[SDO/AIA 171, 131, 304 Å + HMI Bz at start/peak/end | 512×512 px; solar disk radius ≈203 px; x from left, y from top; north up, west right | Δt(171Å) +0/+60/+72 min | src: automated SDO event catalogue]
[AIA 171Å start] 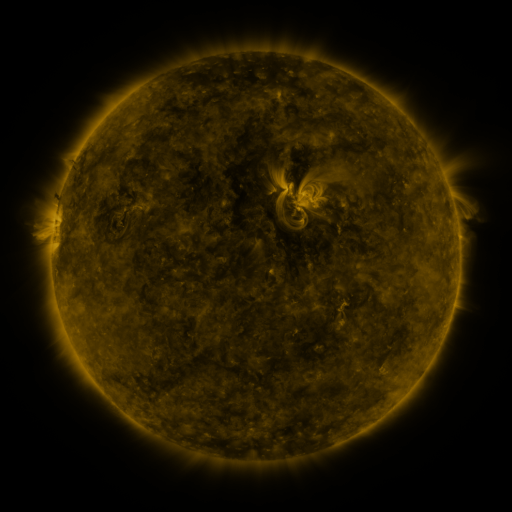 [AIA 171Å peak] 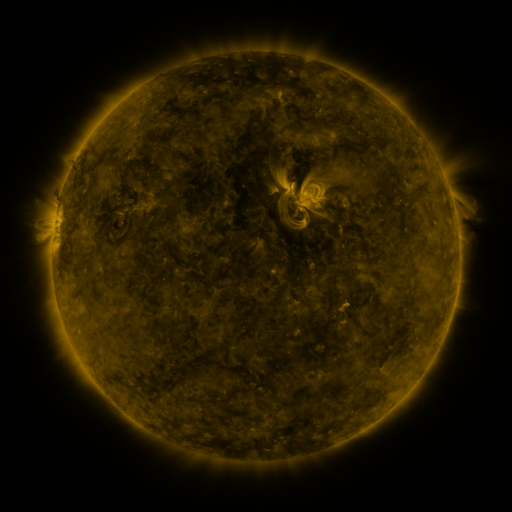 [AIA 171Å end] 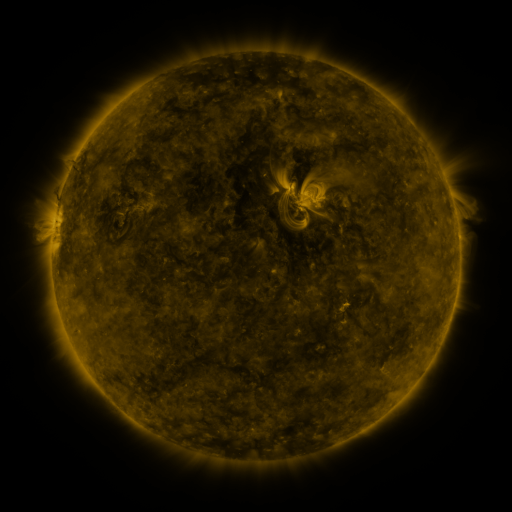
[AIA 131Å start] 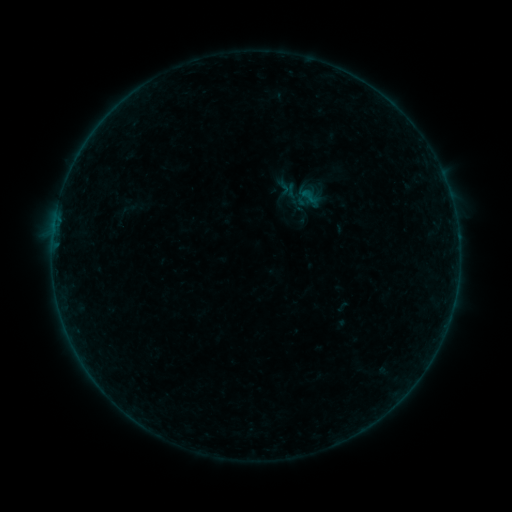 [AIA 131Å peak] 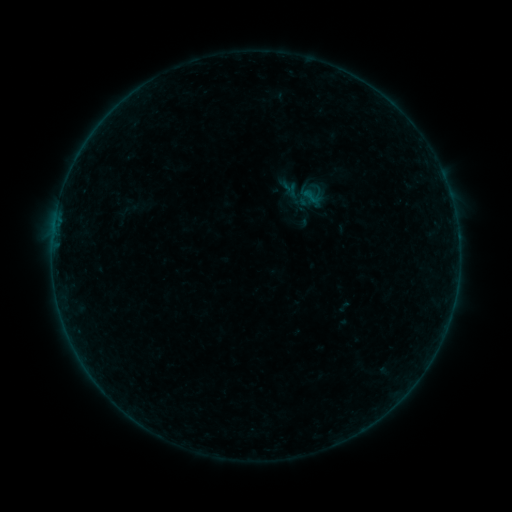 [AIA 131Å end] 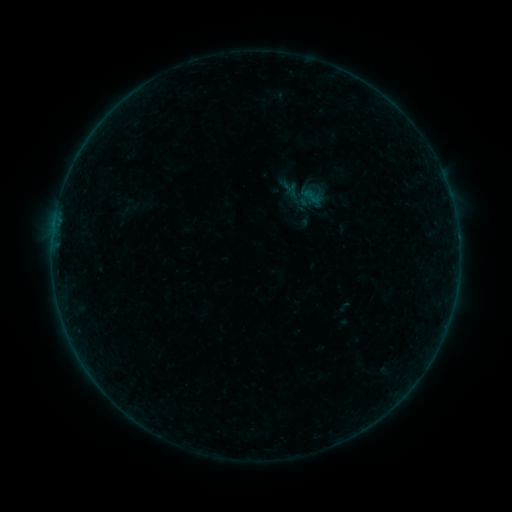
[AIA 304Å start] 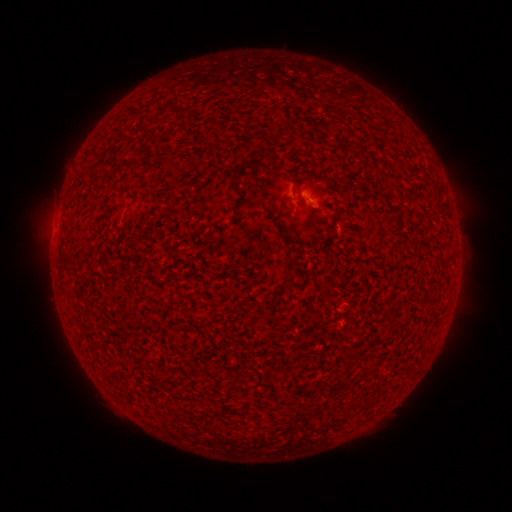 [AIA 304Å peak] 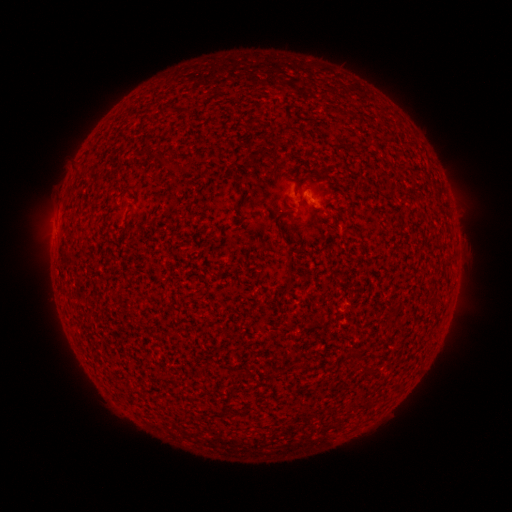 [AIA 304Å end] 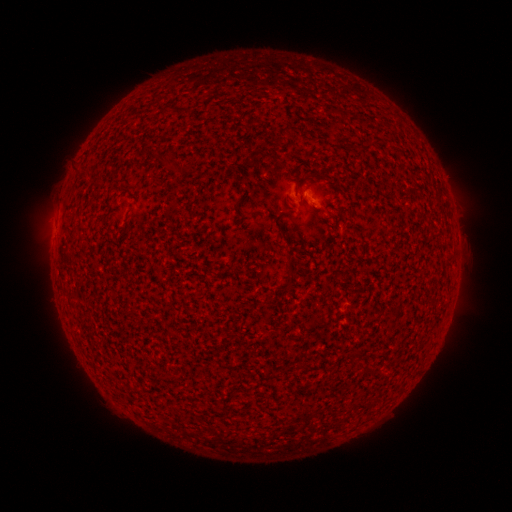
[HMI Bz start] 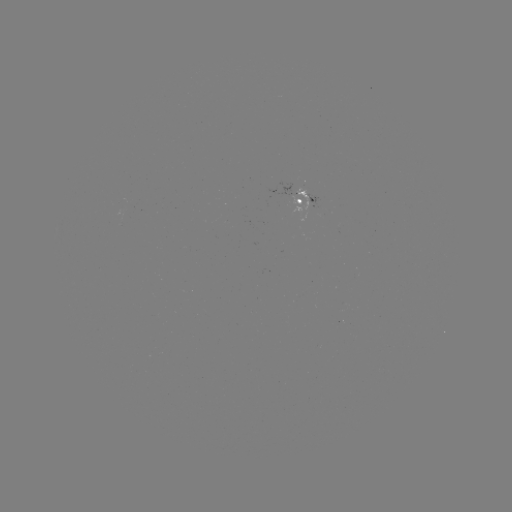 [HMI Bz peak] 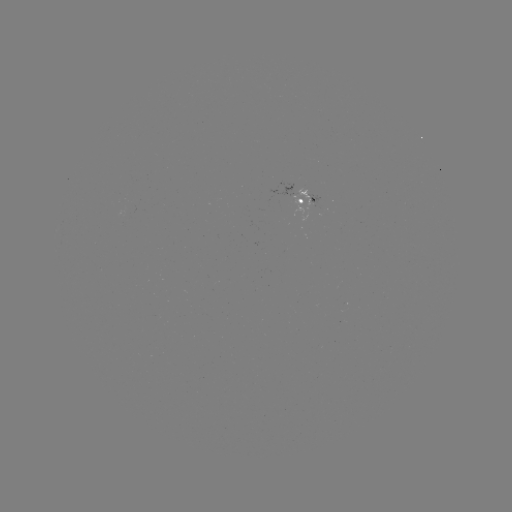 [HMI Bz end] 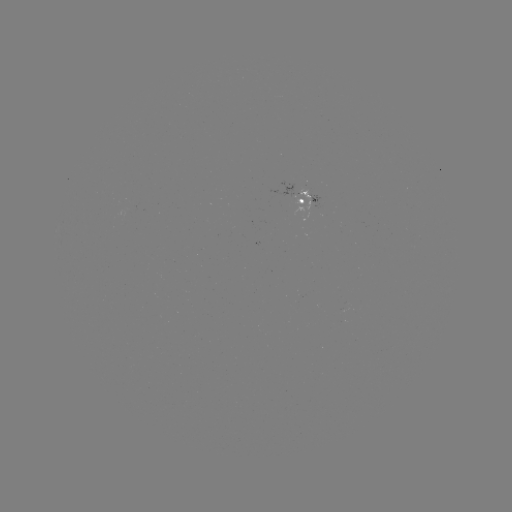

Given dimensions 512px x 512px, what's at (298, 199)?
emerging-flux region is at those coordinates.